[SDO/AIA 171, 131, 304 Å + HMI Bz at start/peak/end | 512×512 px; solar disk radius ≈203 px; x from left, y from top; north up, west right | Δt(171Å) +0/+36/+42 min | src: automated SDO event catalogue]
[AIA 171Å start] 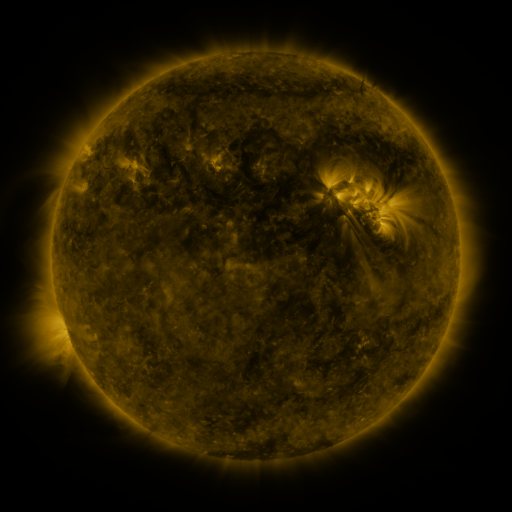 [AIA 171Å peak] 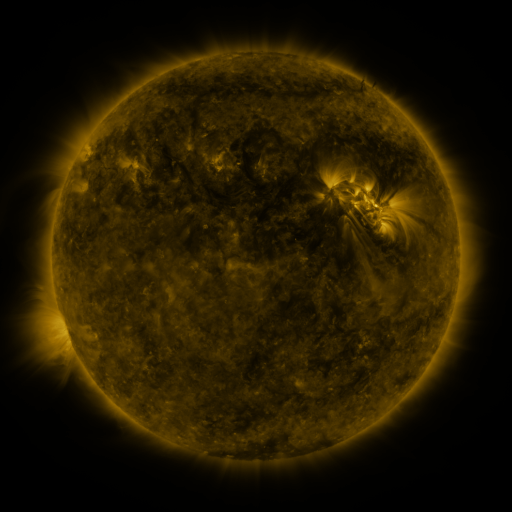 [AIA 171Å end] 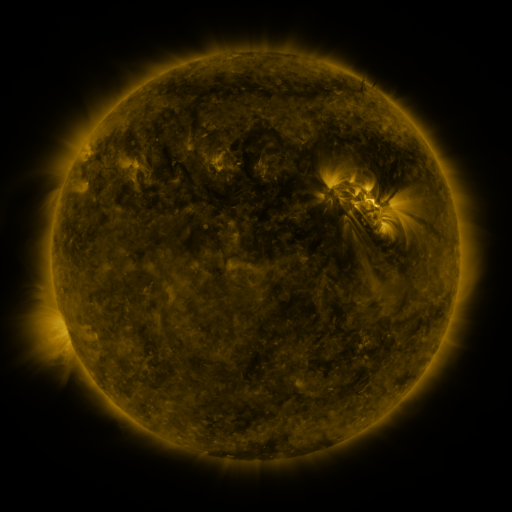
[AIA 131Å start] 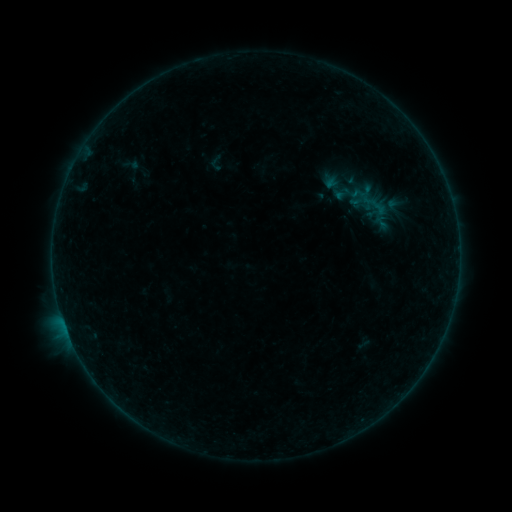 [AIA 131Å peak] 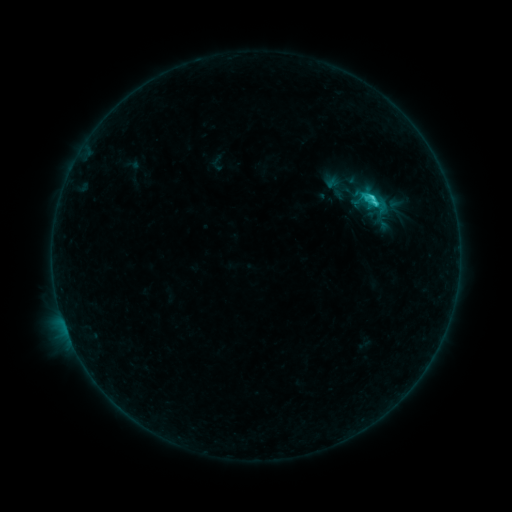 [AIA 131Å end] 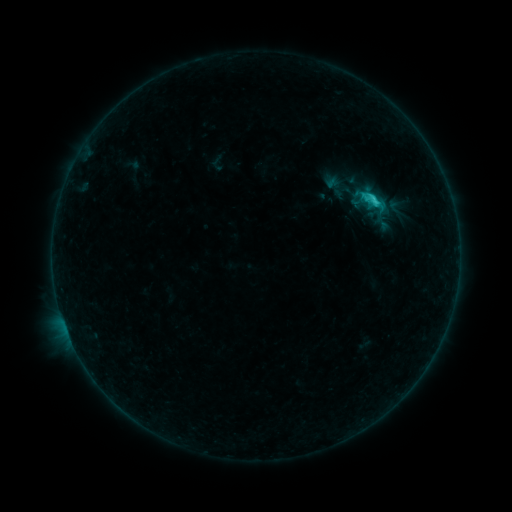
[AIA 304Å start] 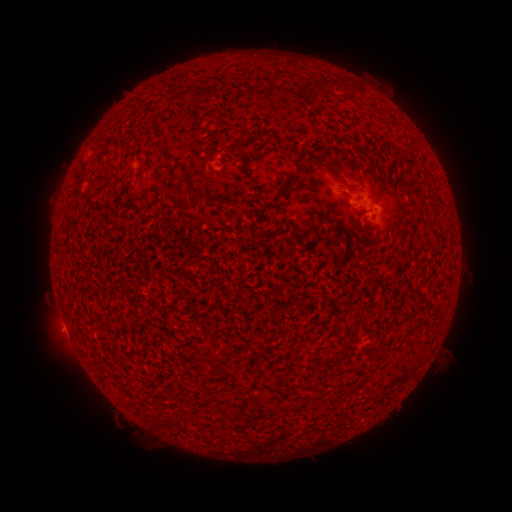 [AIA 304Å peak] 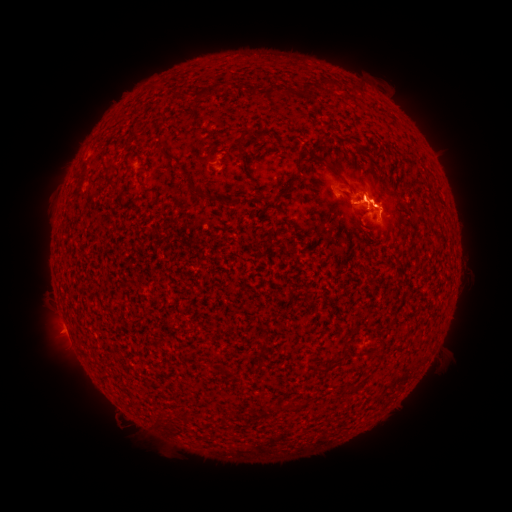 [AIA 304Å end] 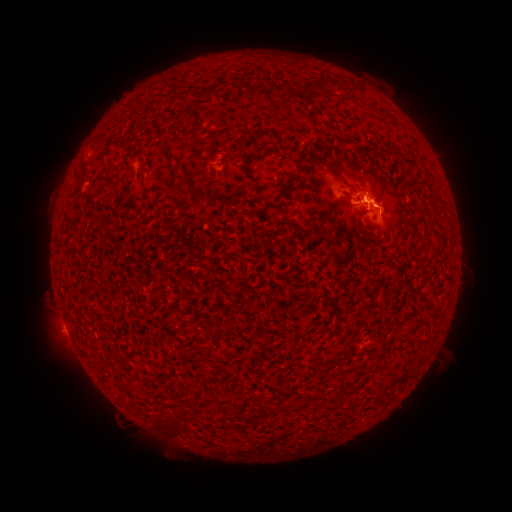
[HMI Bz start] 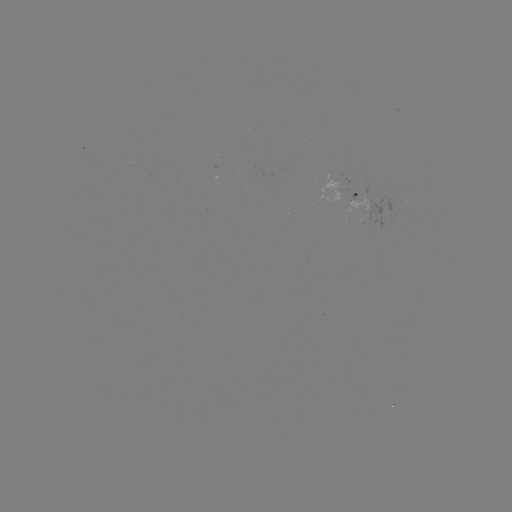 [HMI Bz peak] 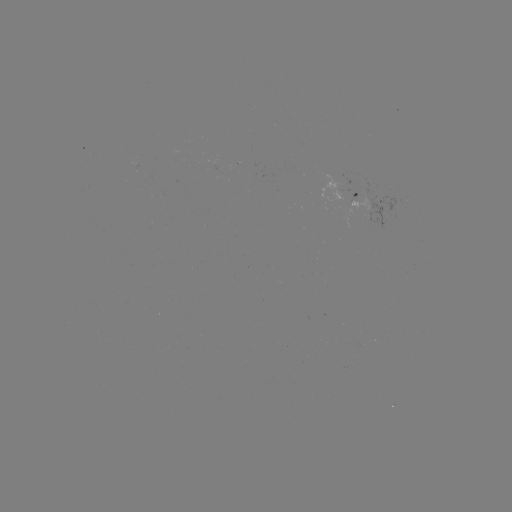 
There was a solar flare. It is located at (369, 202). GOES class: C2.4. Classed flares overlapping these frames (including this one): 1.